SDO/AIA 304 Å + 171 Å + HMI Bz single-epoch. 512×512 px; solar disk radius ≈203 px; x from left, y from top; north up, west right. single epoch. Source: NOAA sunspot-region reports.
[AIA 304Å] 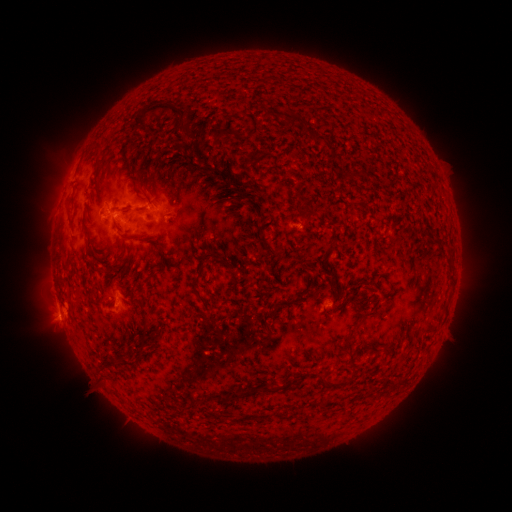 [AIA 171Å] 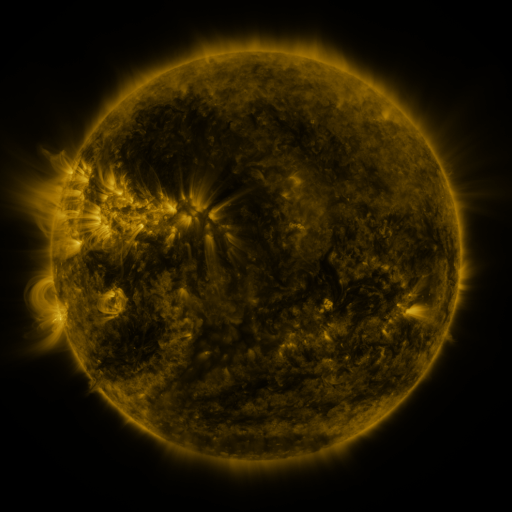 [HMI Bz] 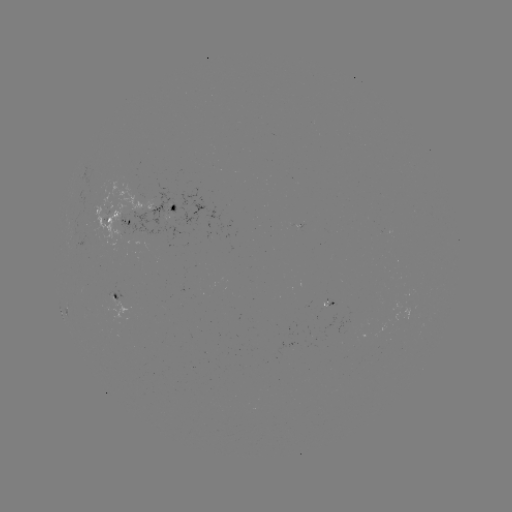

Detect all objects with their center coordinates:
spotted active region: (160, 208)
spotted active region: (113, 217)
spotted active region: (116, 295)
